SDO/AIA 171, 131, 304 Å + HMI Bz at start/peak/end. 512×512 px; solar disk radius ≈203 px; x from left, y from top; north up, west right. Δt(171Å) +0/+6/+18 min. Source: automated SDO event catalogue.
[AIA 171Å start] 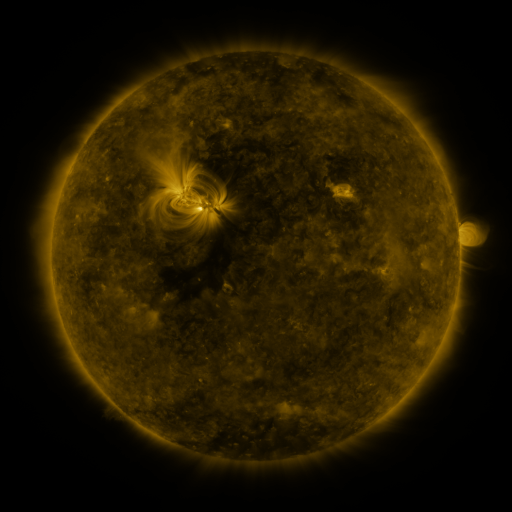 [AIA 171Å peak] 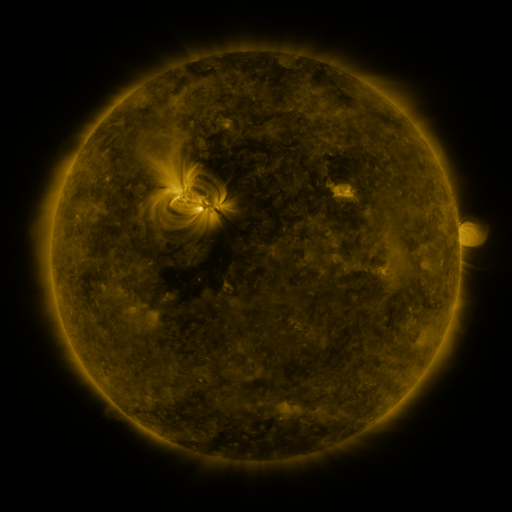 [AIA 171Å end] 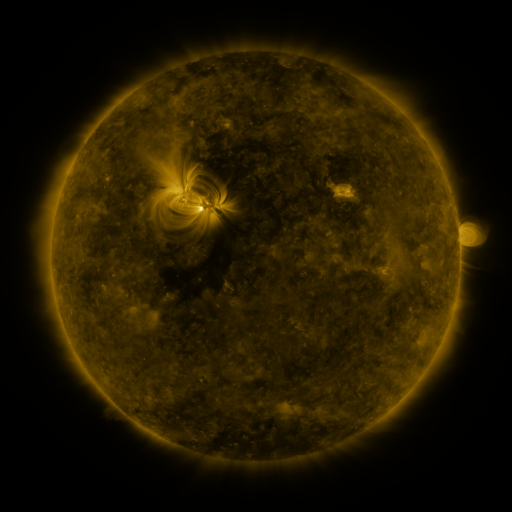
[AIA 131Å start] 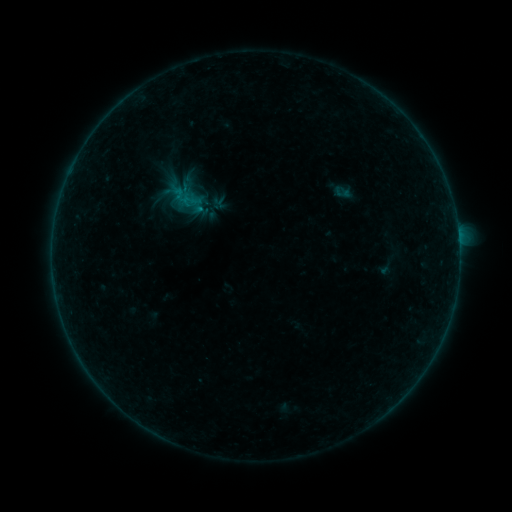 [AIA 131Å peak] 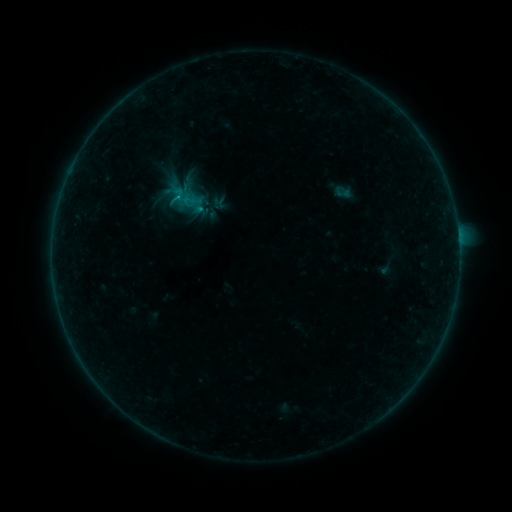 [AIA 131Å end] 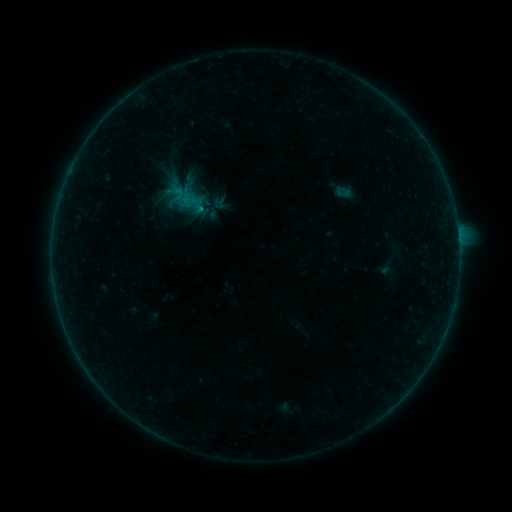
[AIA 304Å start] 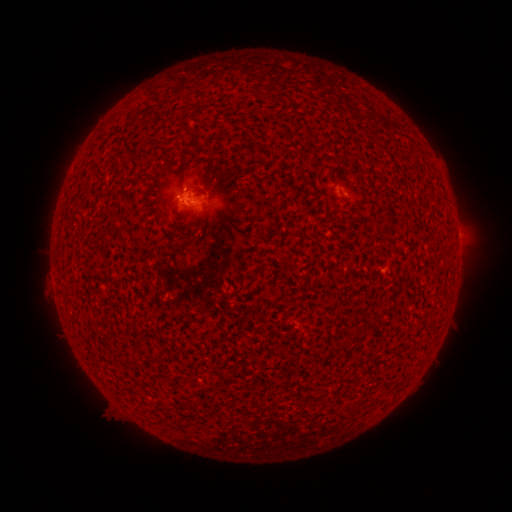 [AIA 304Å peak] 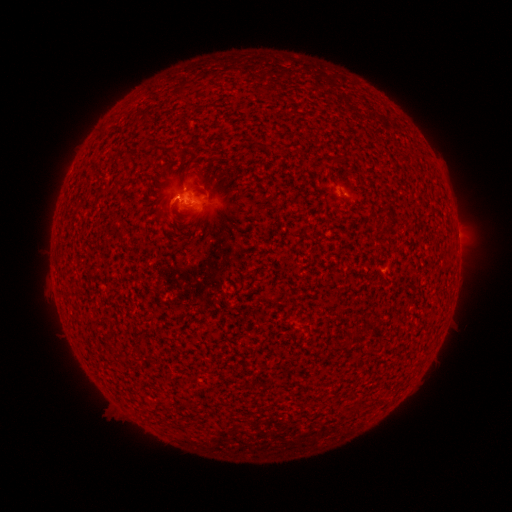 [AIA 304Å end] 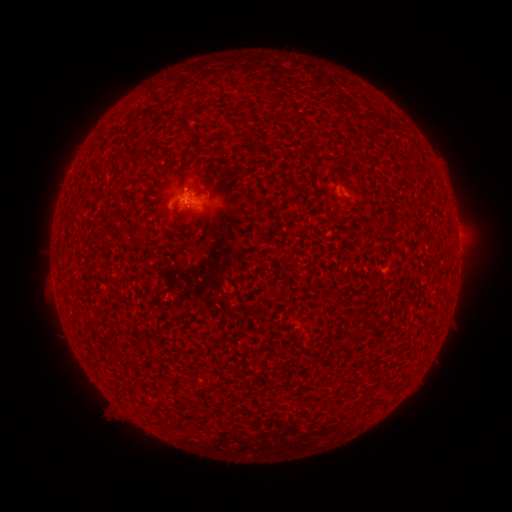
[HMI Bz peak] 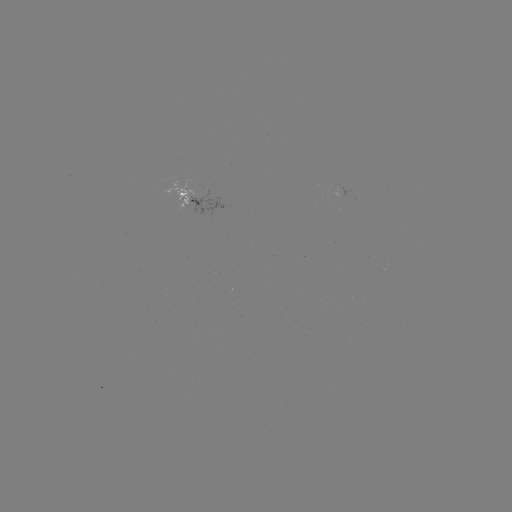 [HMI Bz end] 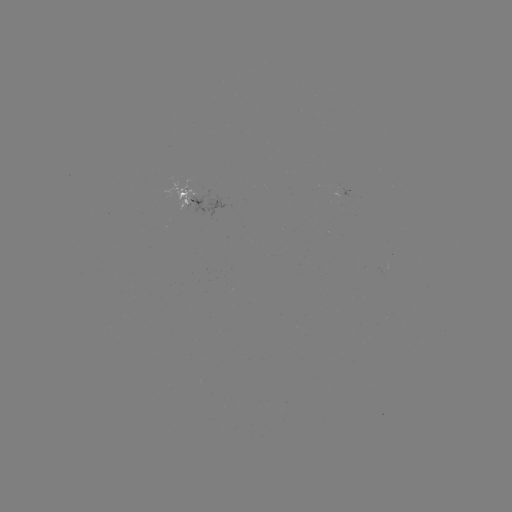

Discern B1.7 flare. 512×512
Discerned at (179, 199).